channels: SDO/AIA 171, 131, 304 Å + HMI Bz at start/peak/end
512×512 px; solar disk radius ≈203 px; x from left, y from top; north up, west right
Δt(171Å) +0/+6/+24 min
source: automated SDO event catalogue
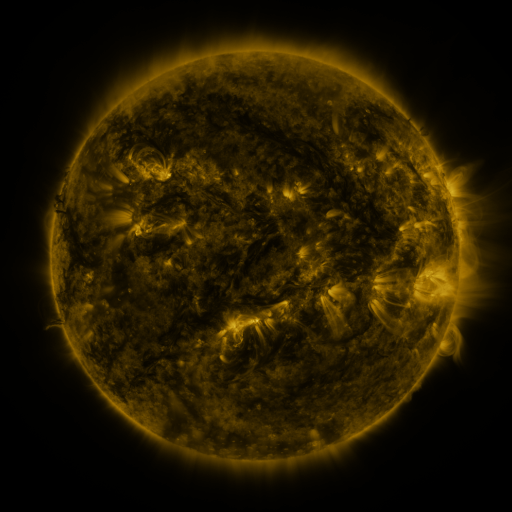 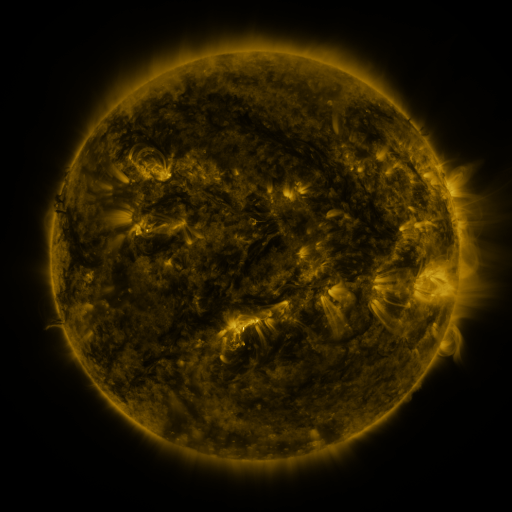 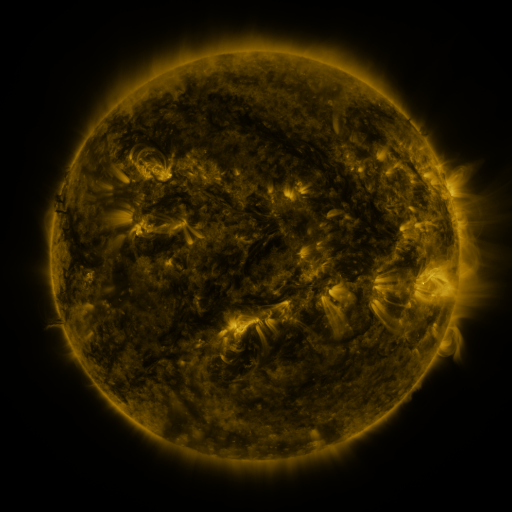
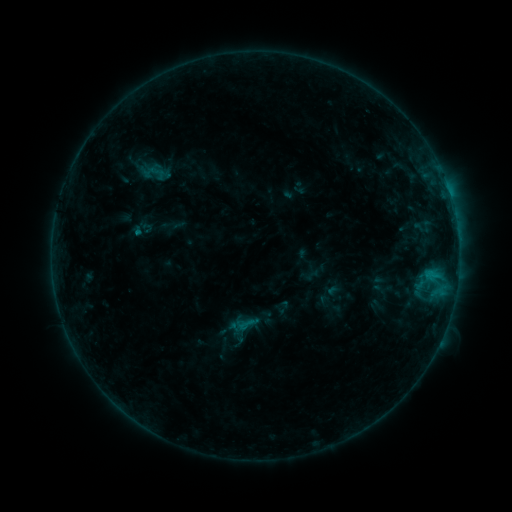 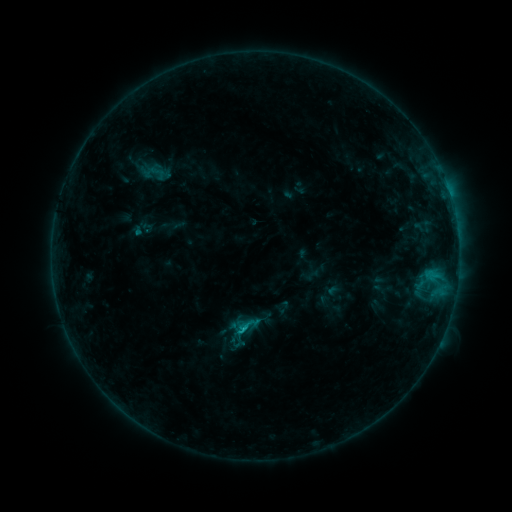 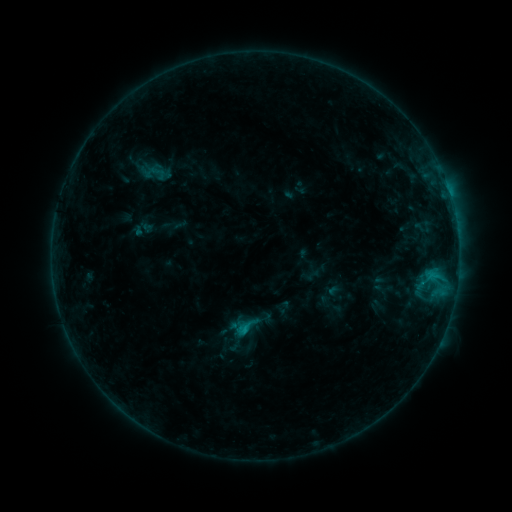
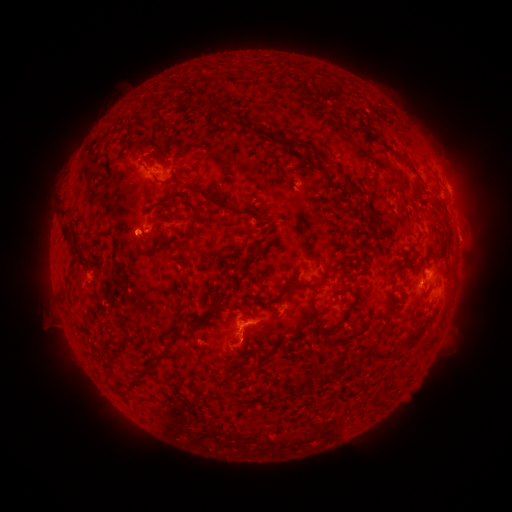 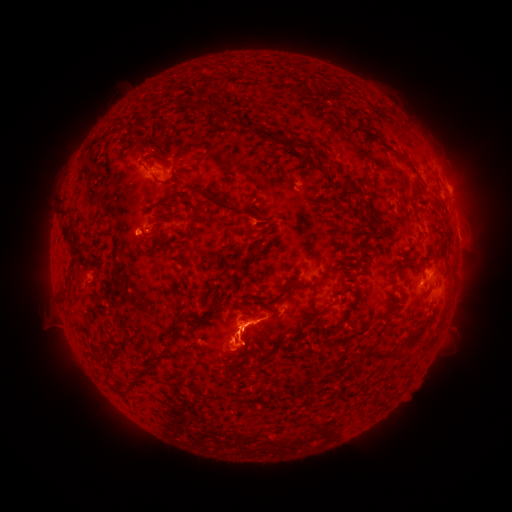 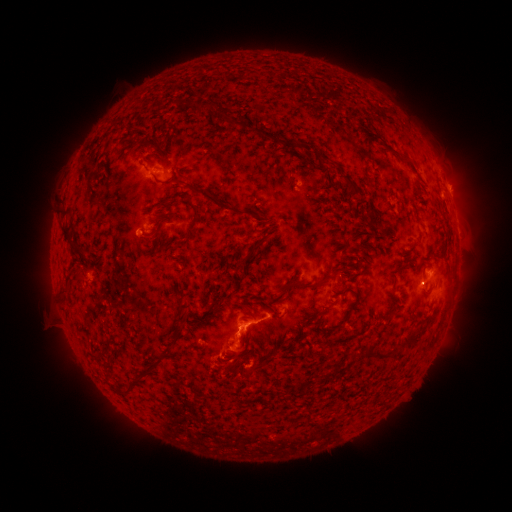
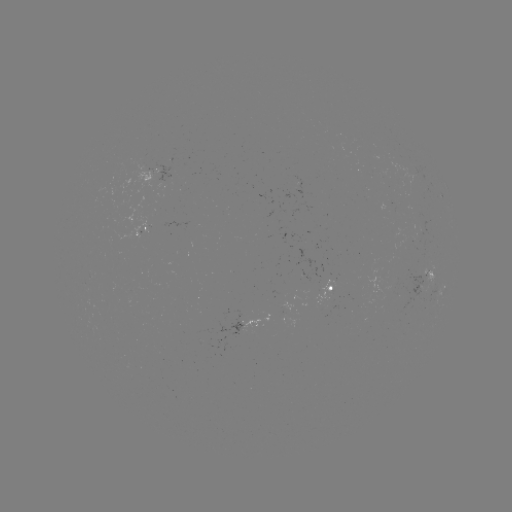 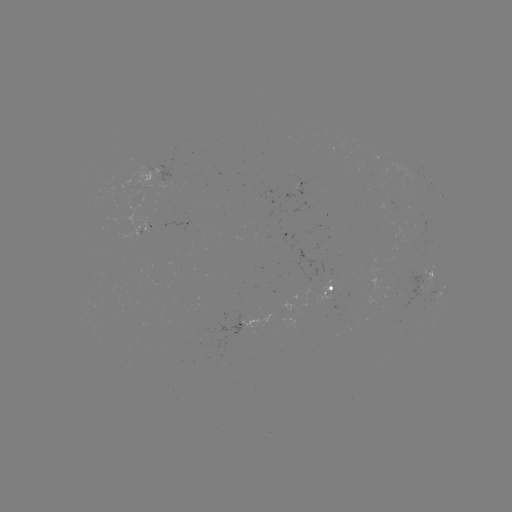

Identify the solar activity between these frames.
C1.2 flare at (246, 329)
